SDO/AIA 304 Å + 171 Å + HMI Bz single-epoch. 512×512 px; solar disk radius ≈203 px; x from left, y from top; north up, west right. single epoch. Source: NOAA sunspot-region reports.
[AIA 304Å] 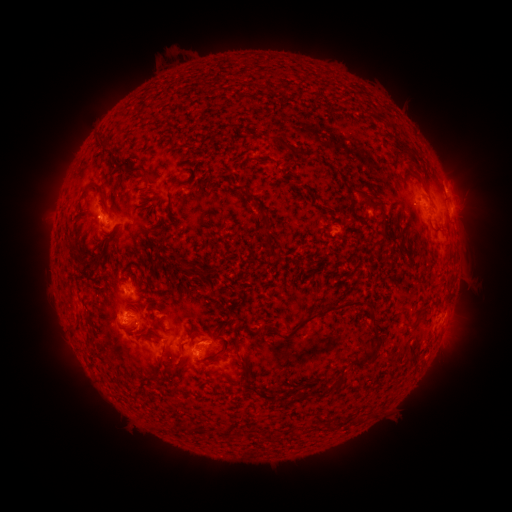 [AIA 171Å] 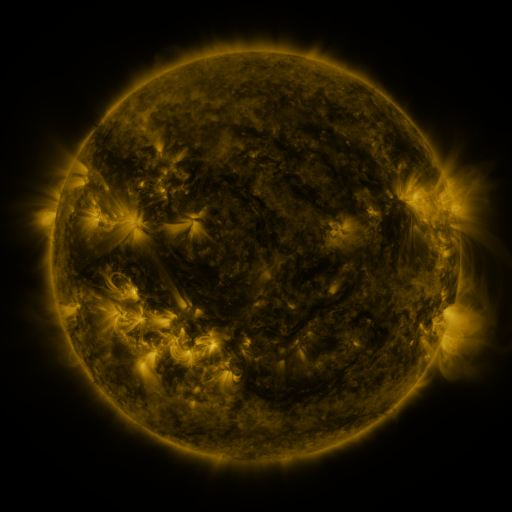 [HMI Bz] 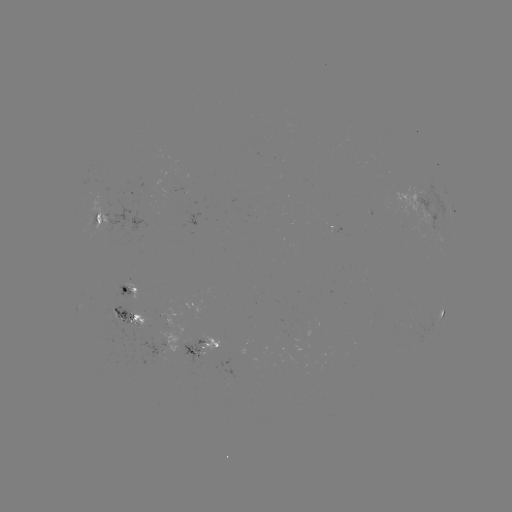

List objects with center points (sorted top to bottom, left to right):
spotted active region: (425, 201)
spotted active region: (98, 218)
spotted active region: (134, 289)
spotted active region: (443, 316)
spotted active region: (130, 317)
spotted active region: (202, 347)
